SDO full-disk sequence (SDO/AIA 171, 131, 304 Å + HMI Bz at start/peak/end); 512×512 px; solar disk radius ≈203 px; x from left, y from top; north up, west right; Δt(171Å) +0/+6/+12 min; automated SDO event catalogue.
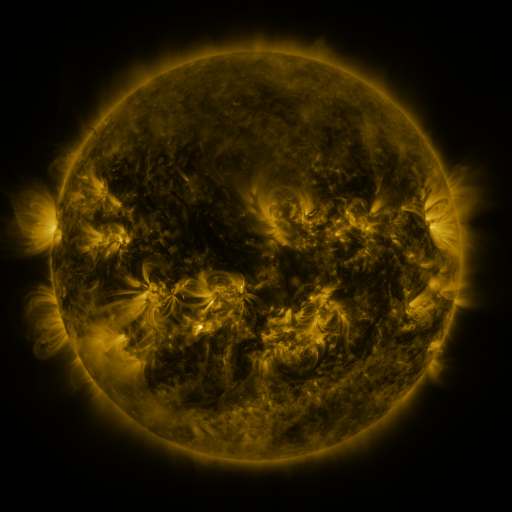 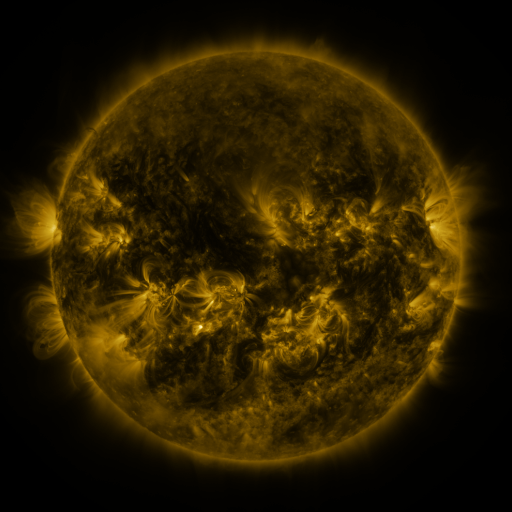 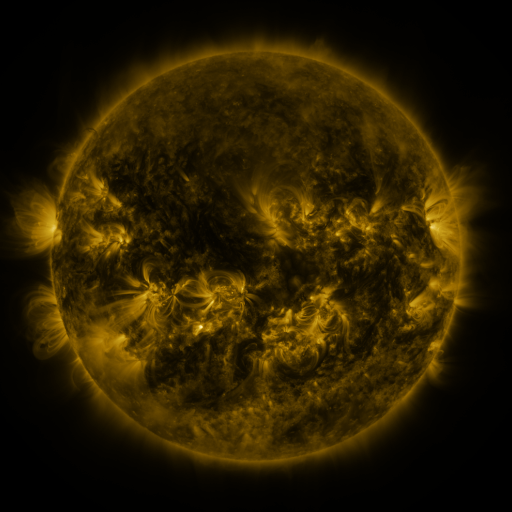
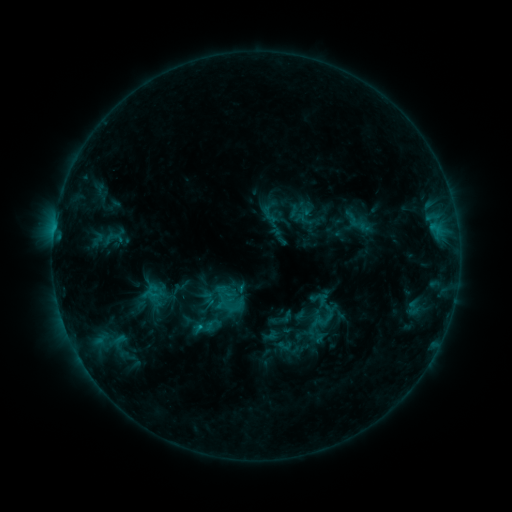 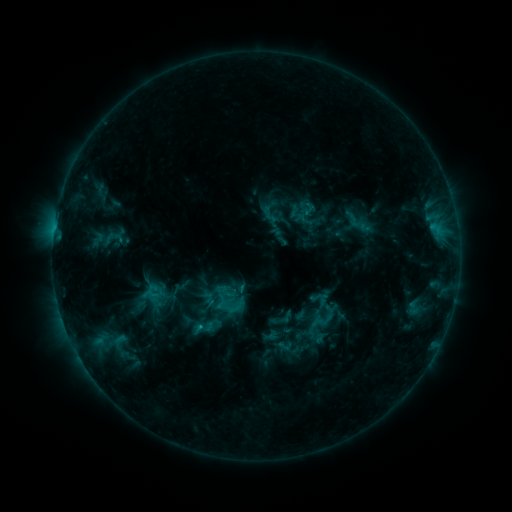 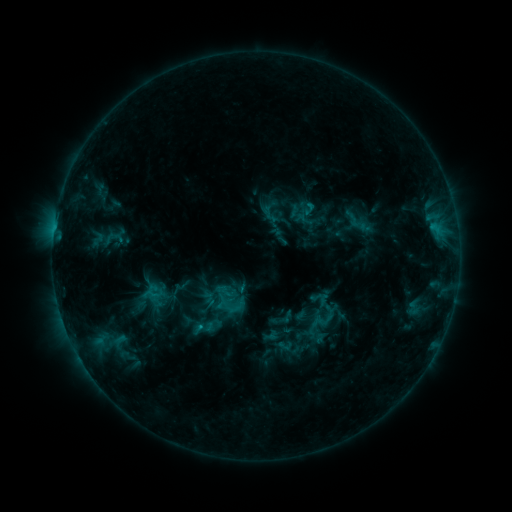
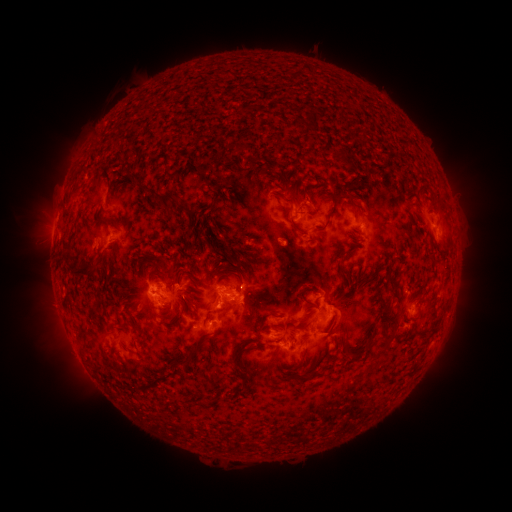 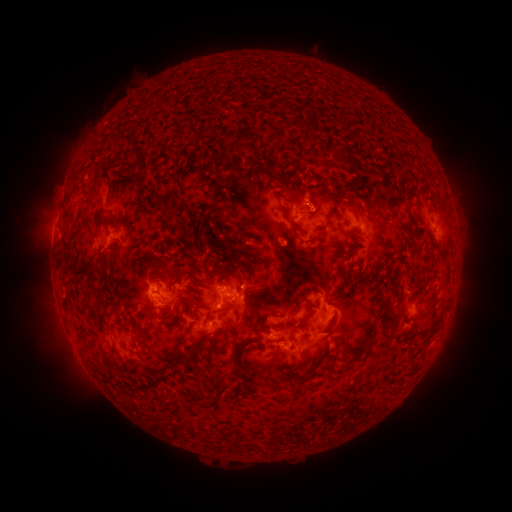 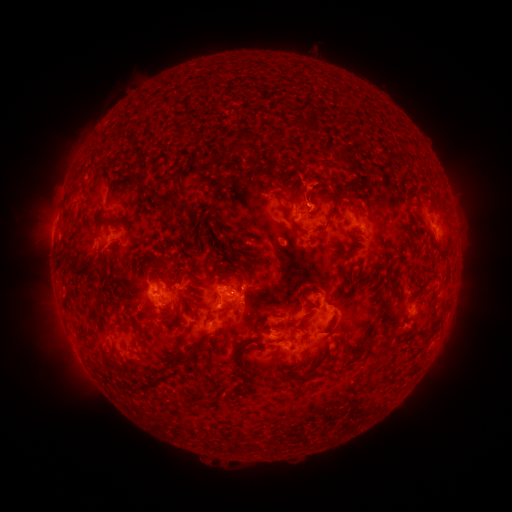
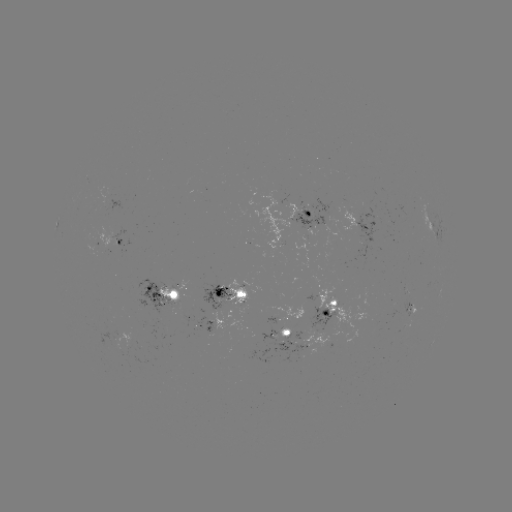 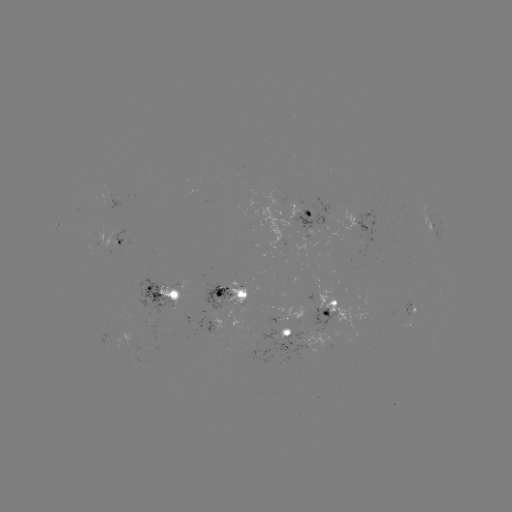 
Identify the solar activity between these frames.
eruption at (306, 184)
